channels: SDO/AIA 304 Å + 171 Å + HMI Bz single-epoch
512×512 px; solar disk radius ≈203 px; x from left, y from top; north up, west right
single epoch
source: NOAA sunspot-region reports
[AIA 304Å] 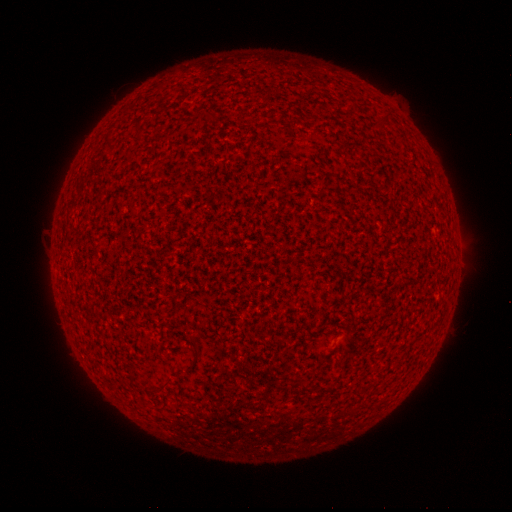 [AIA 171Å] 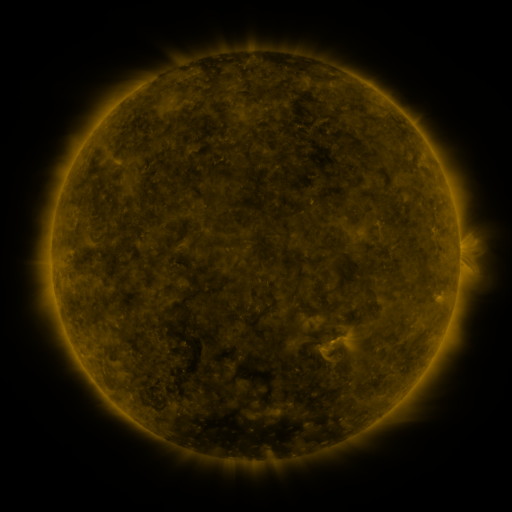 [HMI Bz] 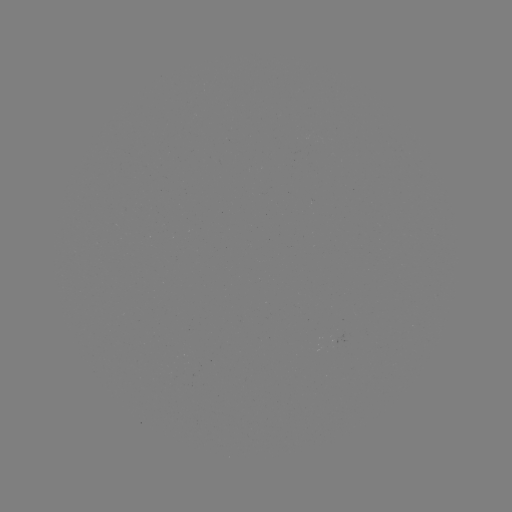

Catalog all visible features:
(none)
